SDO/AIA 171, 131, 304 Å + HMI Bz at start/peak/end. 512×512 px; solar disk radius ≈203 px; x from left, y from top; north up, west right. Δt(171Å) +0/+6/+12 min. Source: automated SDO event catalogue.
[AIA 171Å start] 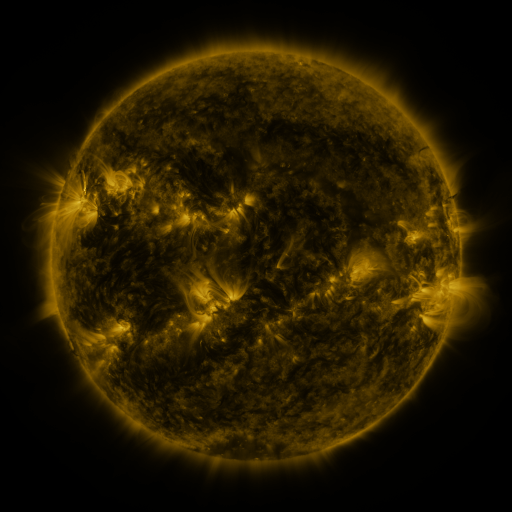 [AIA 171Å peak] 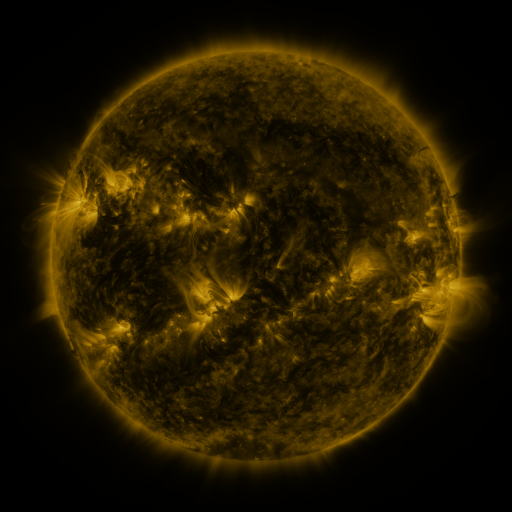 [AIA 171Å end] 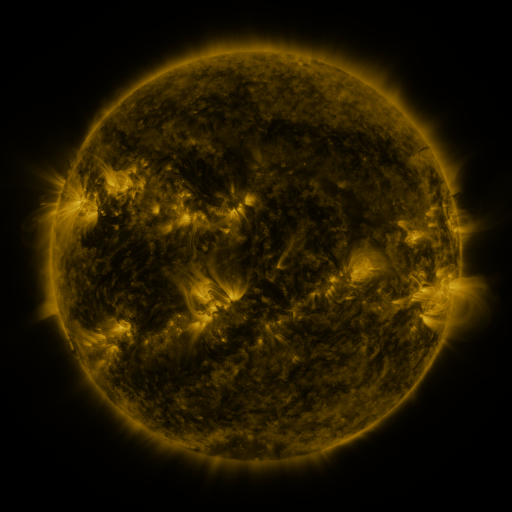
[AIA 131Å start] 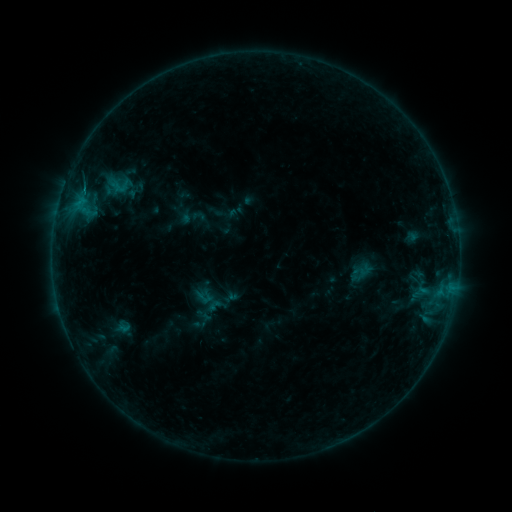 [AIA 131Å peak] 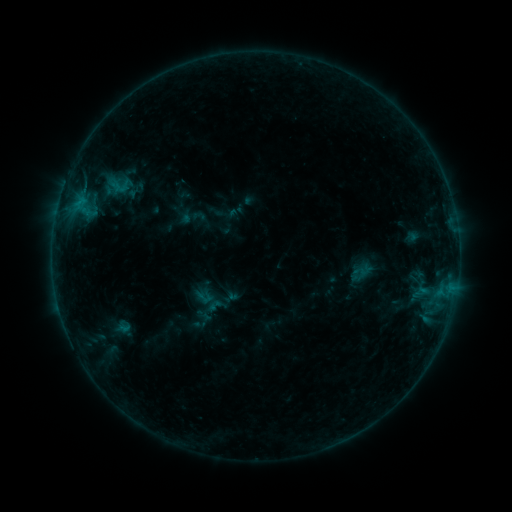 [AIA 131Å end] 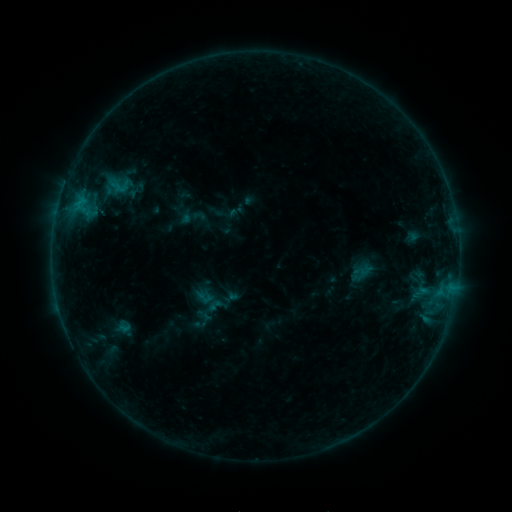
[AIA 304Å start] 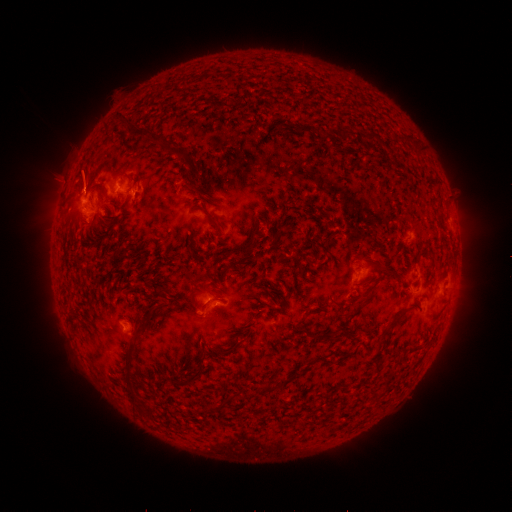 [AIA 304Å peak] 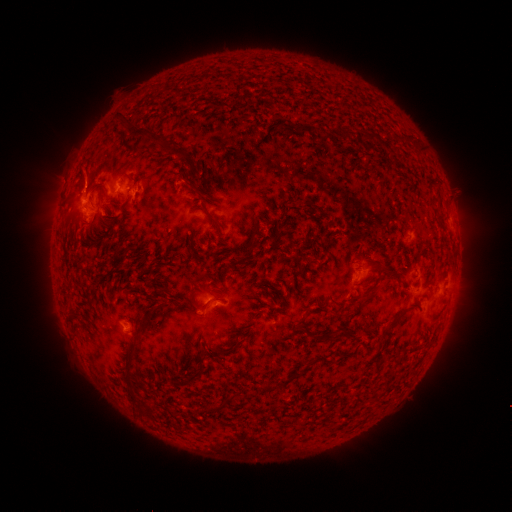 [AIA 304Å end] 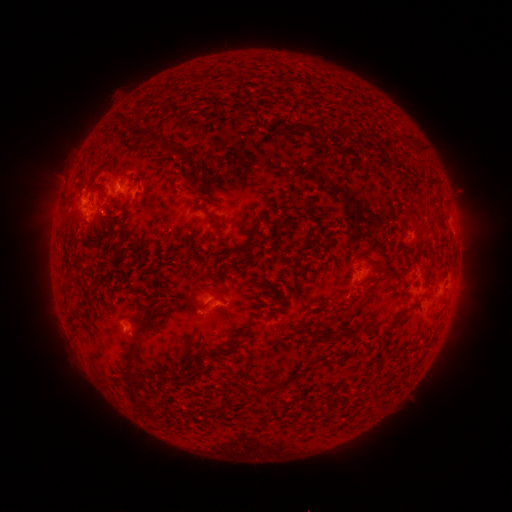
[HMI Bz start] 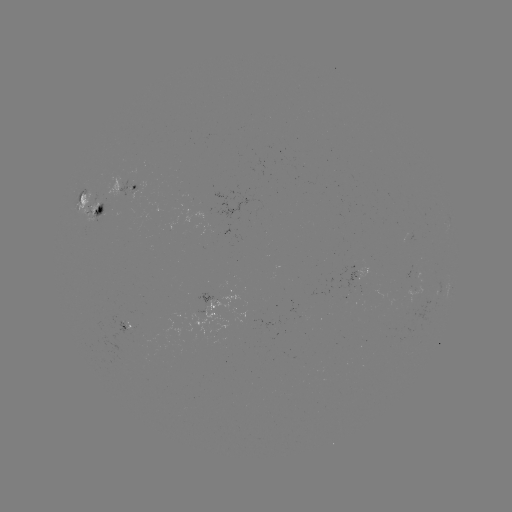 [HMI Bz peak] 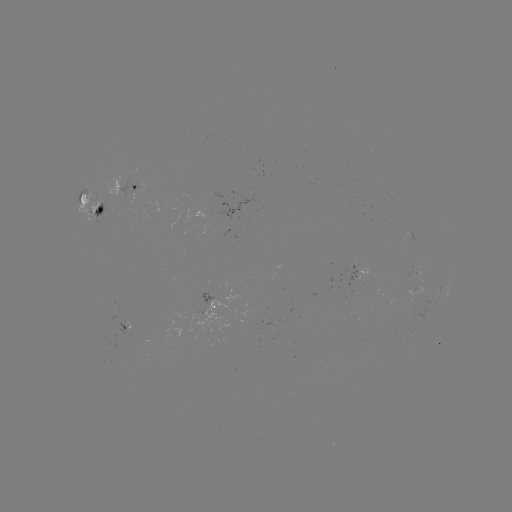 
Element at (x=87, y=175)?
eruption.